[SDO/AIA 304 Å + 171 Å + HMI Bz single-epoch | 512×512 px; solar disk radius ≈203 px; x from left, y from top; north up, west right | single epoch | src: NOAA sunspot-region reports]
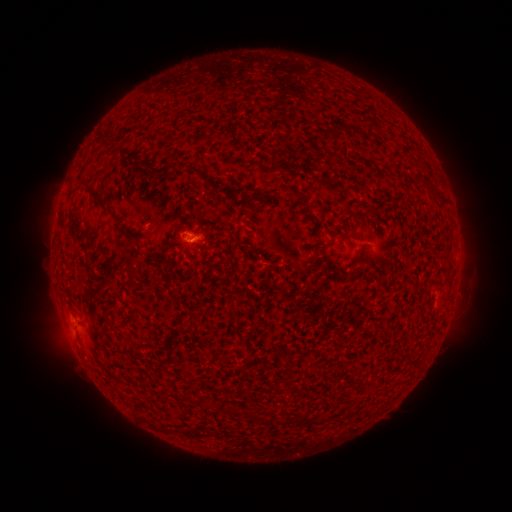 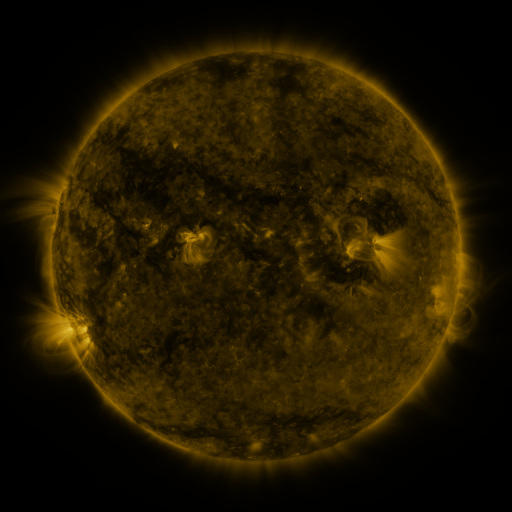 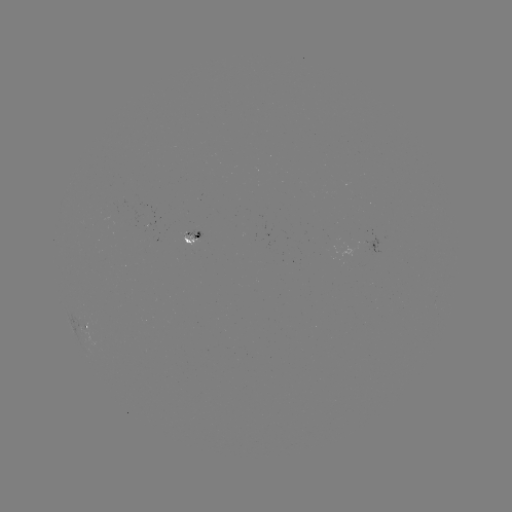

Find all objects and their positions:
spotted active region: (197, 237)
spotted active region: (86, 323)
